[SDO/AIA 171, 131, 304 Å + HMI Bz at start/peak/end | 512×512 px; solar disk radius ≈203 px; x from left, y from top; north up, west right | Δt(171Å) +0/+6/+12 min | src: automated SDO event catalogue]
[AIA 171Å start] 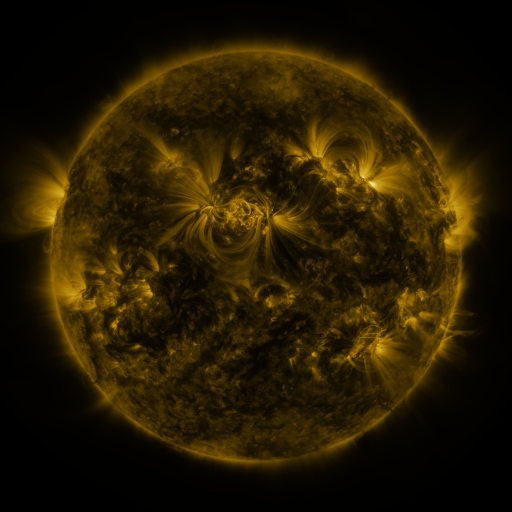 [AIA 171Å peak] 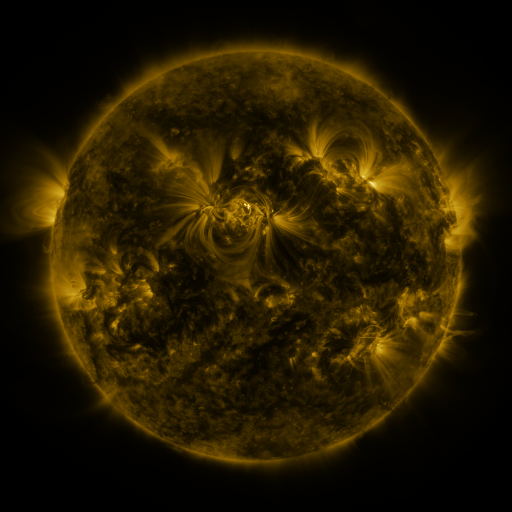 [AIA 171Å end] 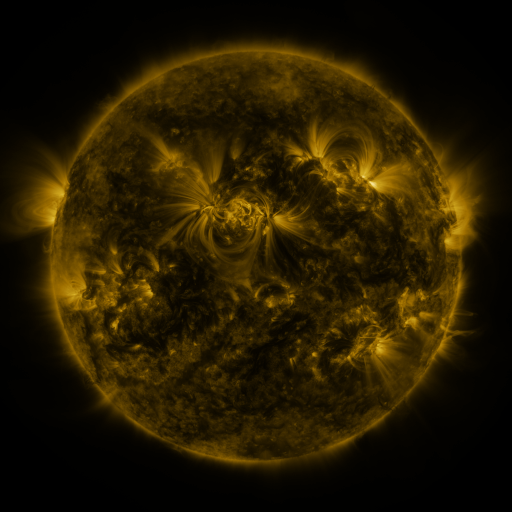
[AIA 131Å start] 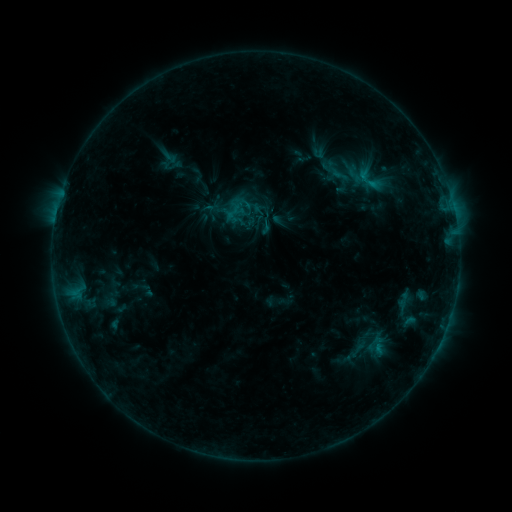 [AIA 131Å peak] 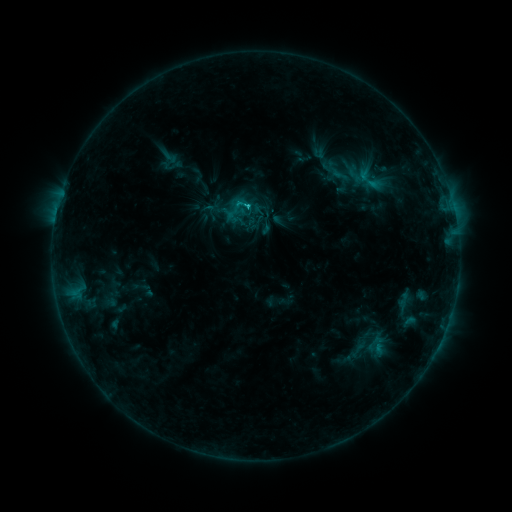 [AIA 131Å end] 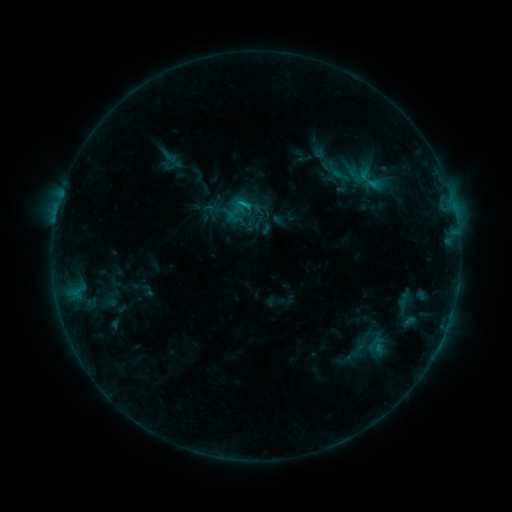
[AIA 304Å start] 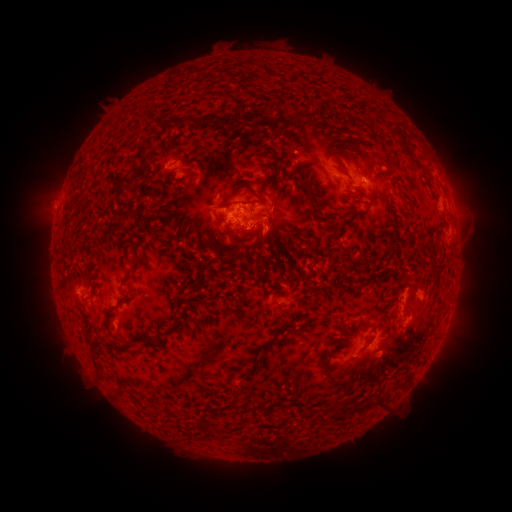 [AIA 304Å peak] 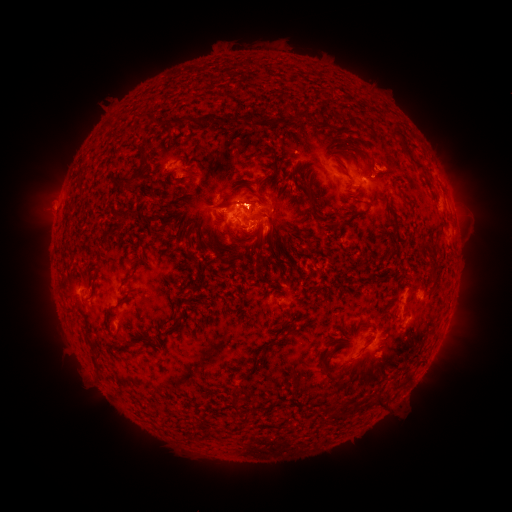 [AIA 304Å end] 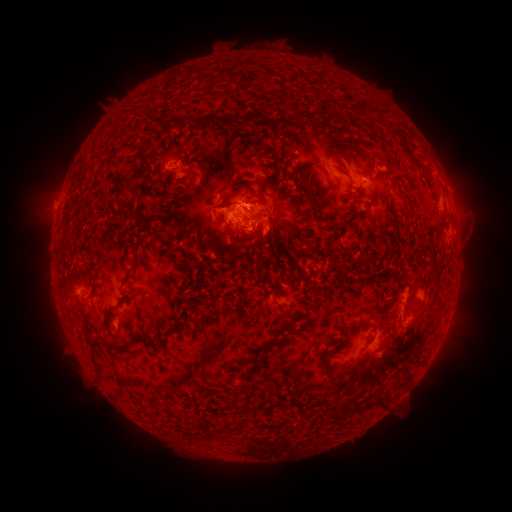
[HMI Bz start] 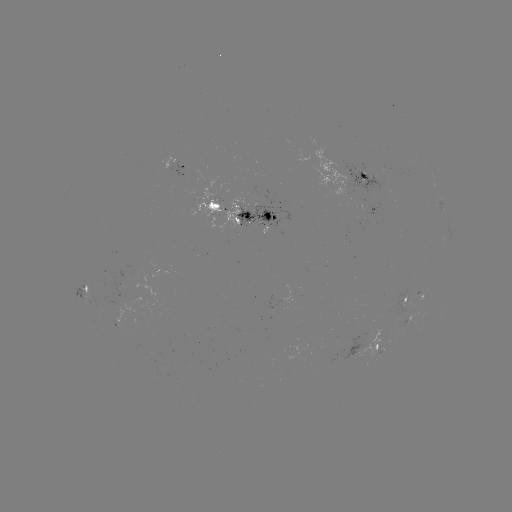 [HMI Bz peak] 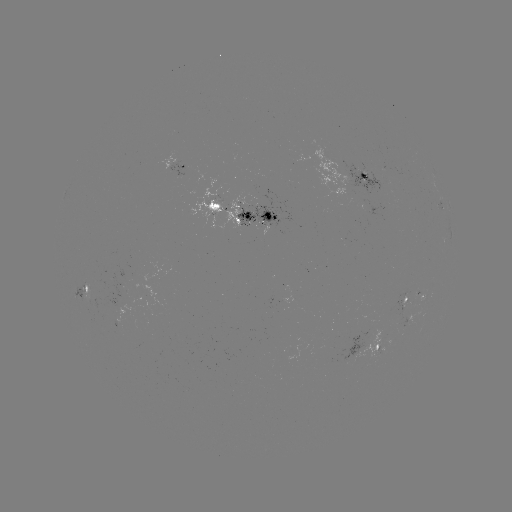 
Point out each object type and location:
C1.3 flare: (248, 208)
